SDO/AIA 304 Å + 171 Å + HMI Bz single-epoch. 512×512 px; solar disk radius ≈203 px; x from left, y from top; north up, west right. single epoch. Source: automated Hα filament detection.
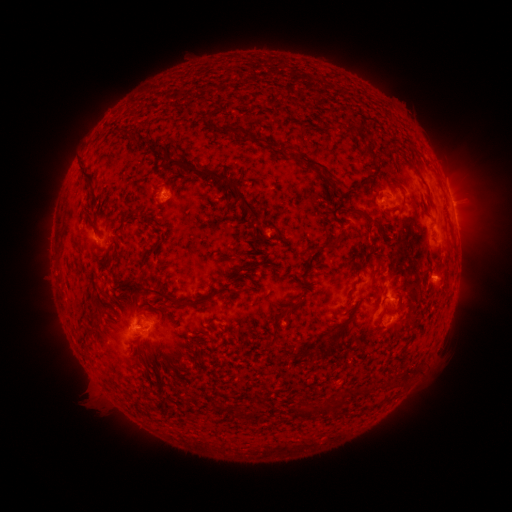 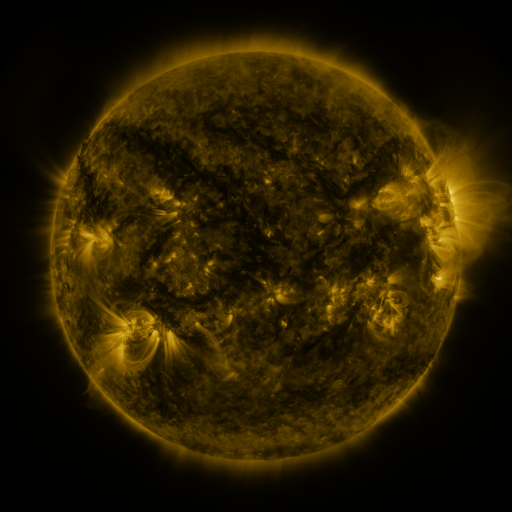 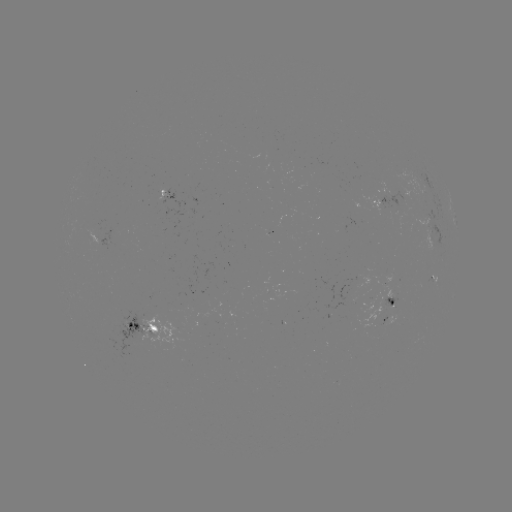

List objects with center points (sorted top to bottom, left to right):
filament: <bbox>217, 124, 268, 147</bbox>
filament: <bbox>346, 127, 356, 135</bbox>
filament: <bbox>126, 137, 139, 147</bbox>
filament: <bbox>359, 142, 376, 160</bbox>
filament: <bbox>274, 147, 335, 189</bbox>
filament: <bbox>163, 159, 178, 171</bbox>
filament: <bbox>184, 163, 196, 178</bbox>
filament: <bbox>77, 167, 93, 190</bbox>
filament: <bbox>195, 169, 261, 221</bbox>
filament: <bbox>390, 180, 405, 190</bbox>
filament: <bbox>420, 205, 431, 216</bbox>
filament: <bbox>356, 210, 375, 223</bbox>
filament: <bbox>330, 212, 343, 227</bbox>
filament: <bbox>263, 221, 285, 240</bbox>
filament: <bbox>313, 234, 343, 254</bbox>
filament: <bbox>227, 276, 235, 286</bbox>
filament: <bbox>127, 279, 241, 307</bbox>
filament: <bbox>249, 279, 257, 289</bbox>
filament: <bbox>194, 300, 207, 313</bbox>
filament: <bbox>279, 301, 300, 319</bbox>
filament: <bbox>334, 323, 342, 333</bbox>
filament: <bbox>290, 347, 314, 361</bbox>
filament: <bbox>135, 354, 144, 365</bbox>
filament: <bbox>386, 365, 413, 386</bbox>
filament: <bbox>367, 379, 383, 391</bbox>
filament: <bbox>337, 389, 347, 399</bbox>
filament: <bbox>316, 395, 337, 412</bbox>
filament: <bbox>304, 404, 313, 412</bbox>
filament: <bbox>252, 405, 263, 415</bbox>
